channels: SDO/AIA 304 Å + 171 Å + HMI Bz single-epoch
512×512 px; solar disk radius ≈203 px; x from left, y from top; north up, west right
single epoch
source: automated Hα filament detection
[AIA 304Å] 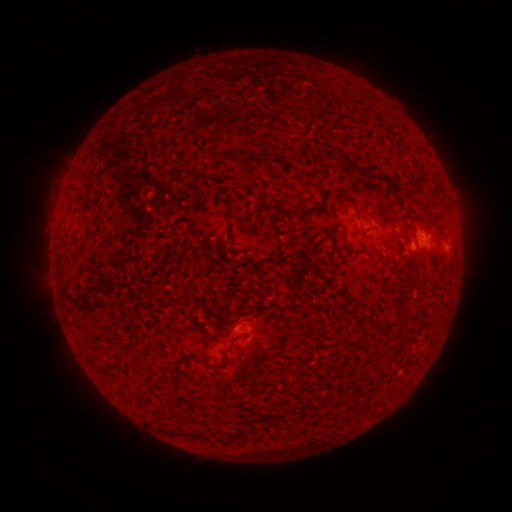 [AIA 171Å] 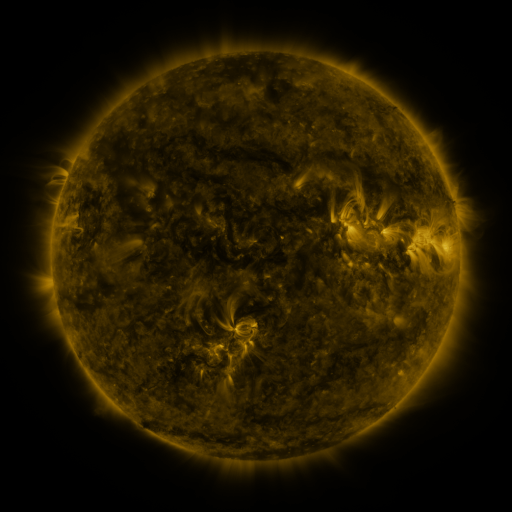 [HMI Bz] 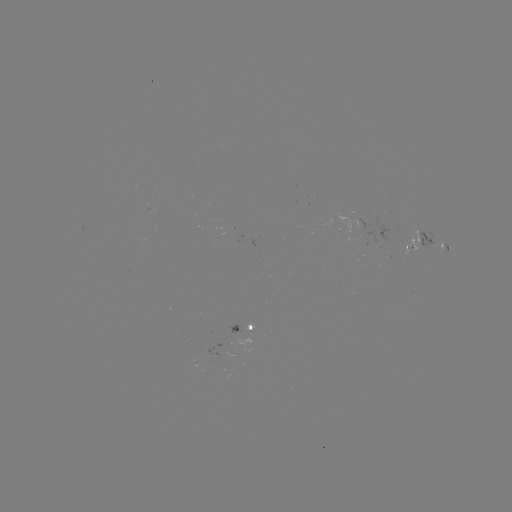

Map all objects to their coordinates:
filament: (349, 165)
filament: (418, 175)
filament: (299, 214)
filament: (97, 218)
filament: (219, 365)
filament: (158, 384)
